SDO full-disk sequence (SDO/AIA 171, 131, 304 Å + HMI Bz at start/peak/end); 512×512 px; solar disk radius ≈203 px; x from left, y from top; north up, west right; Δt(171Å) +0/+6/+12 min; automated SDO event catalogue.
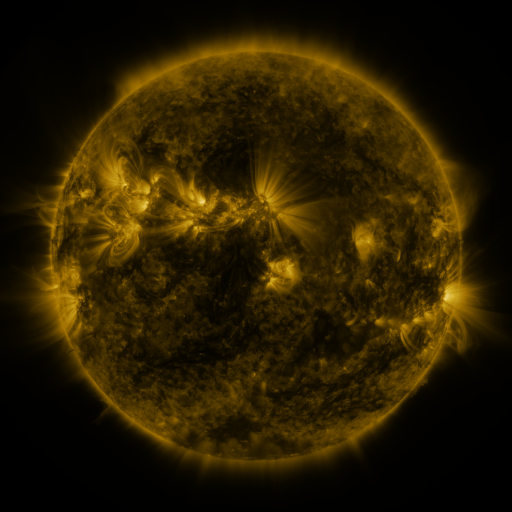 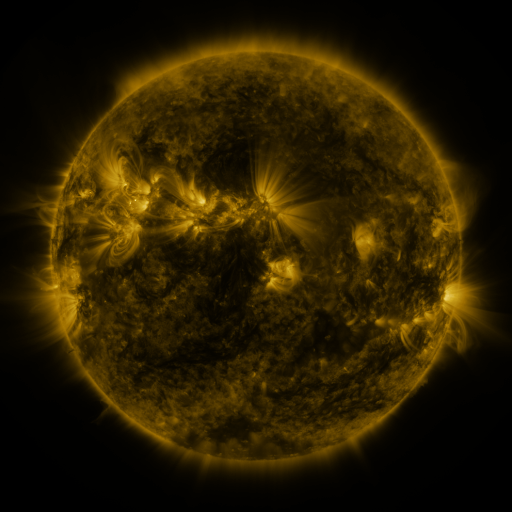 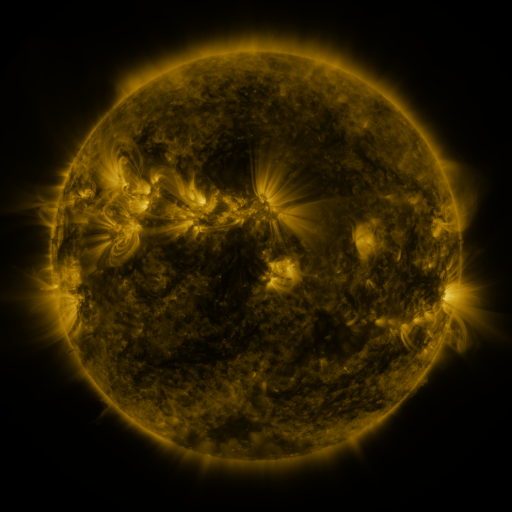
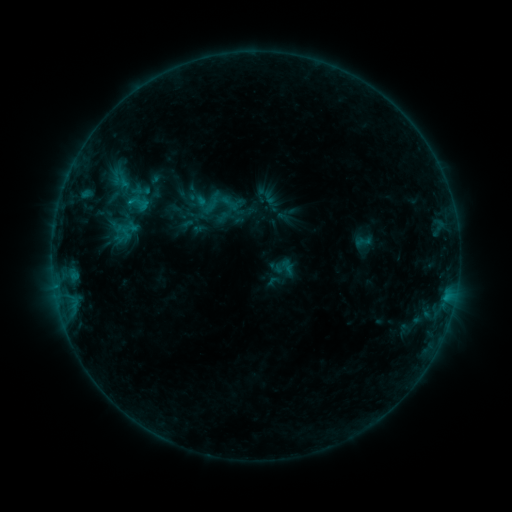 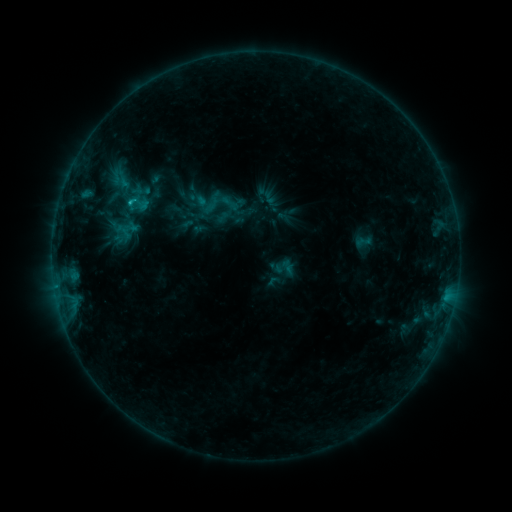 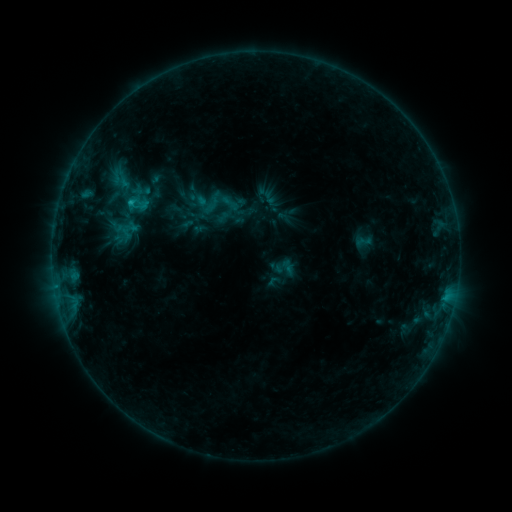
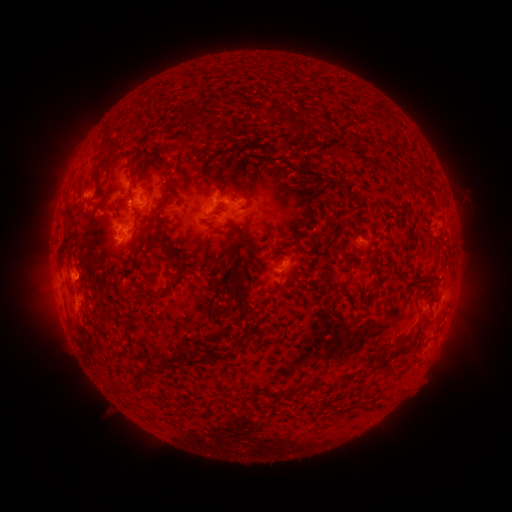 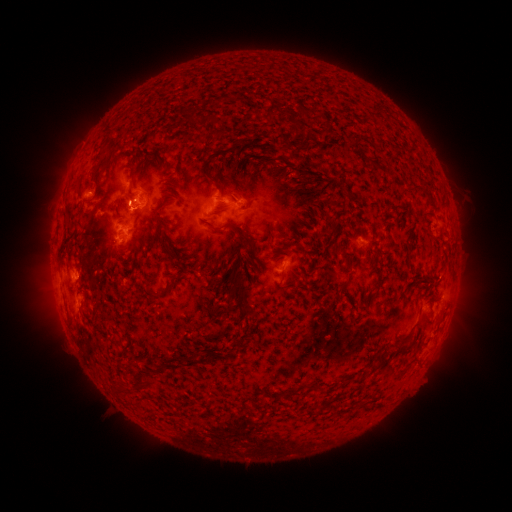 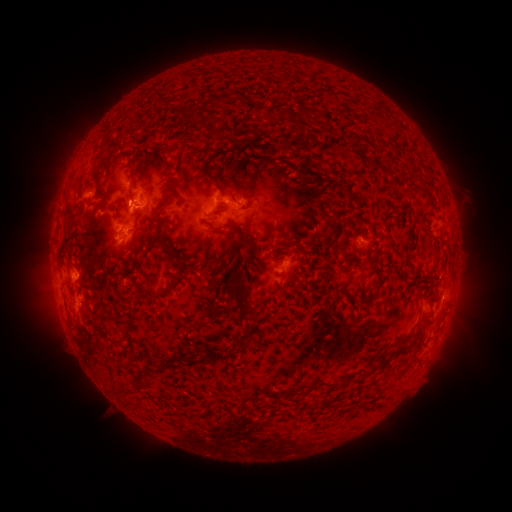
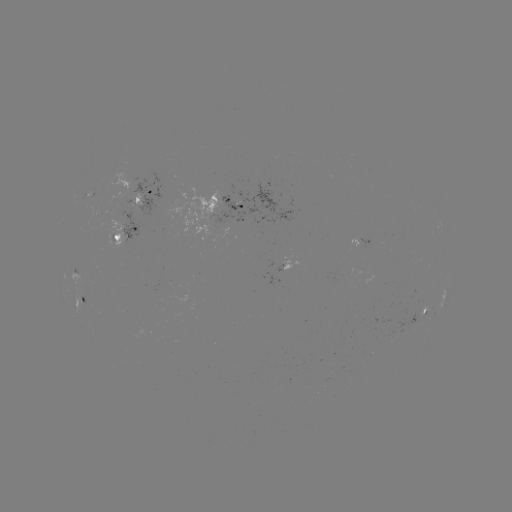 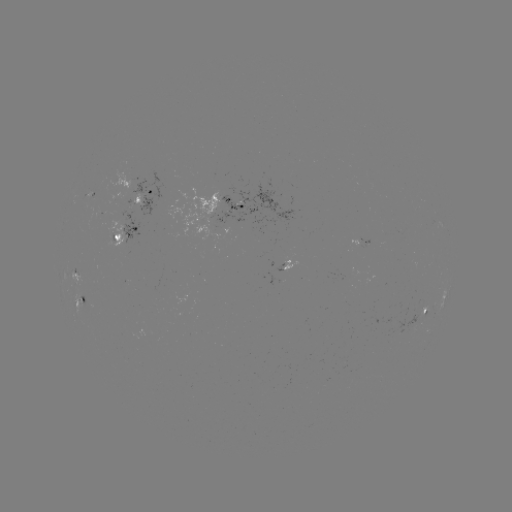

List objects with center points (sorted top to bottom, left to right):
B9.6 flare: (132, 203)
